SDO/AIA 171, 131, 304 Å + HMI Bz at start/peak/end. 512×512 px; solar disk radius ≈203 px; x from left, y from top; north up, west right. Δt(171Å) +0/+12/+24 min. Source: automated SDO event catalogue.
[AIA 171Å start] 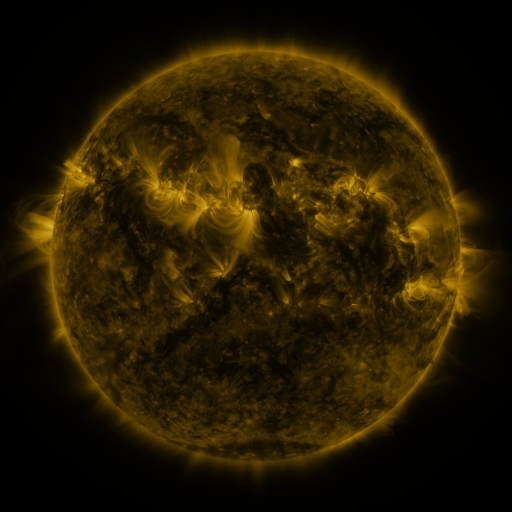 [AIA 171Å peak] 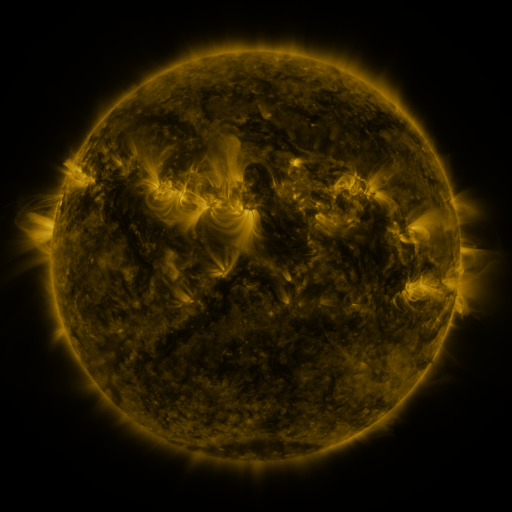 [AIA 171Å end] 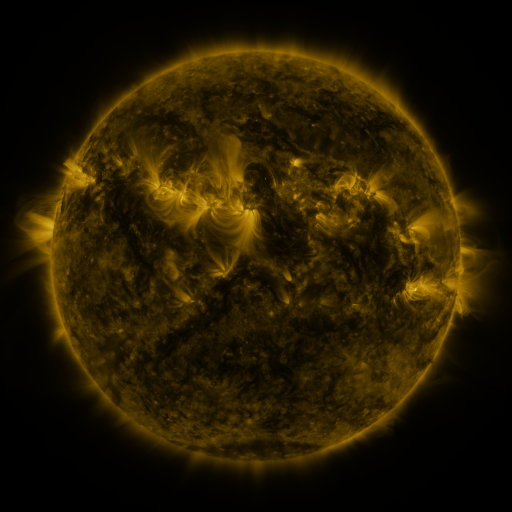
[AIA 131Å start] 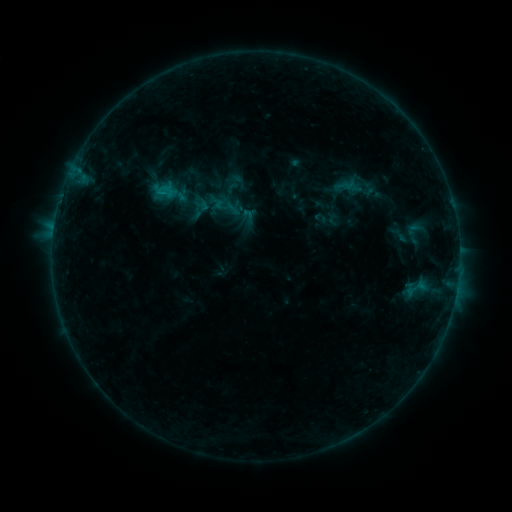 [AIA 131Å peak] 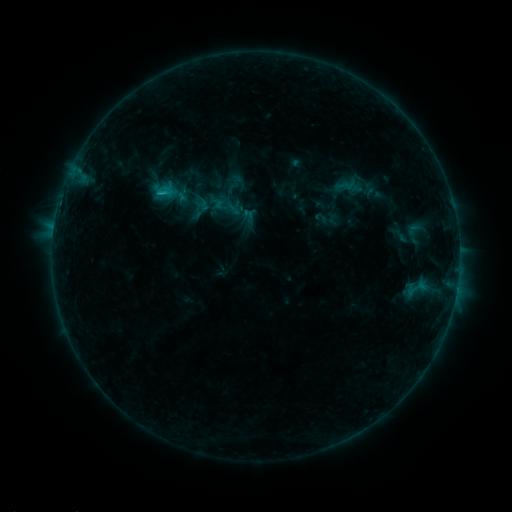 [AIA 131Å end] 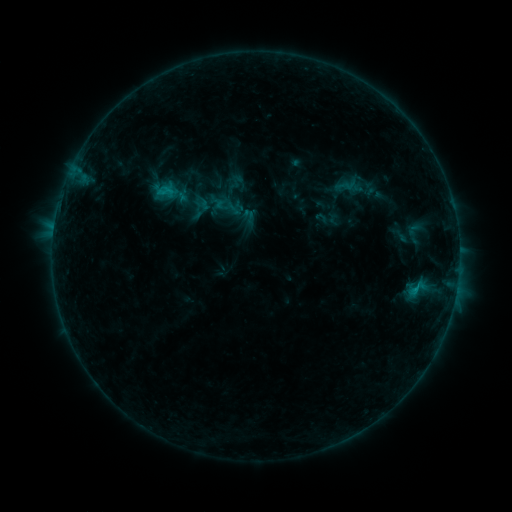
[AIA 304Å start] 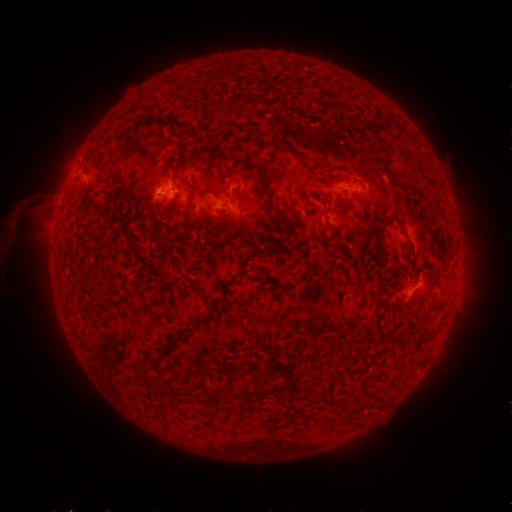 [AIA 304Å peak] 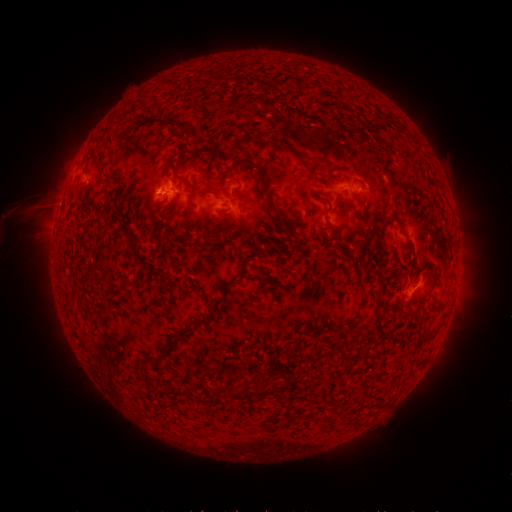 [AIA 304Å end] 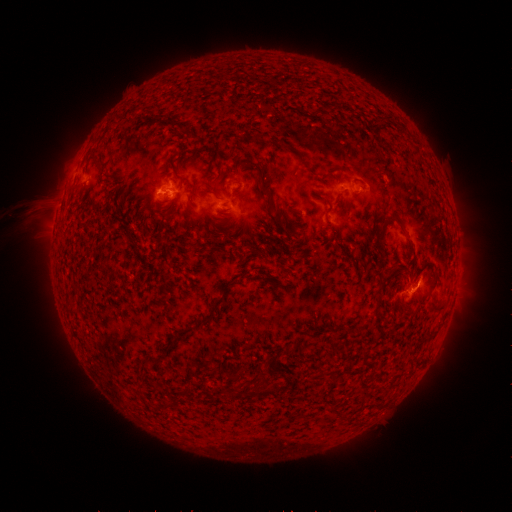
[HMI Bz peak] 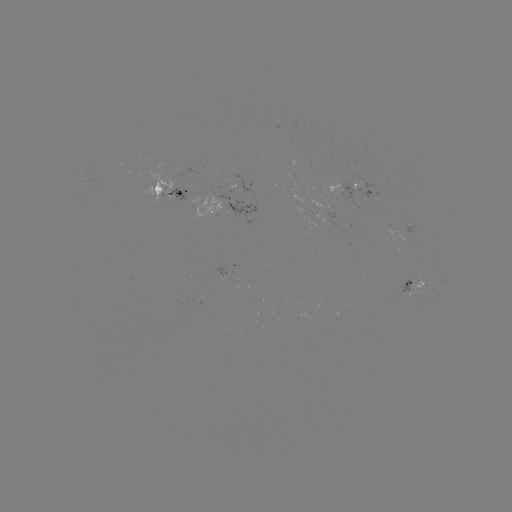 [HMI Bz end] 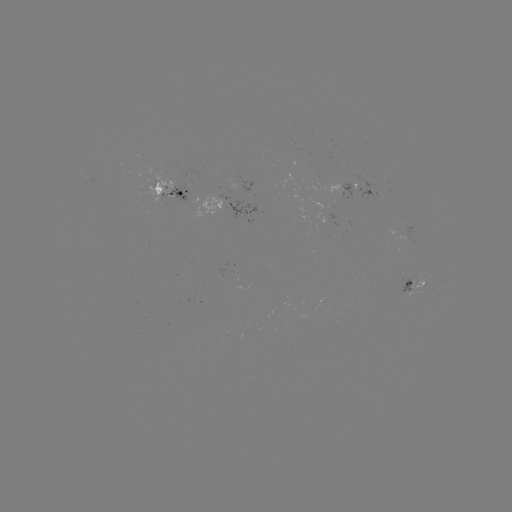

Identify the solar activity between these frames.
B9.1 flare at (414, 287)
